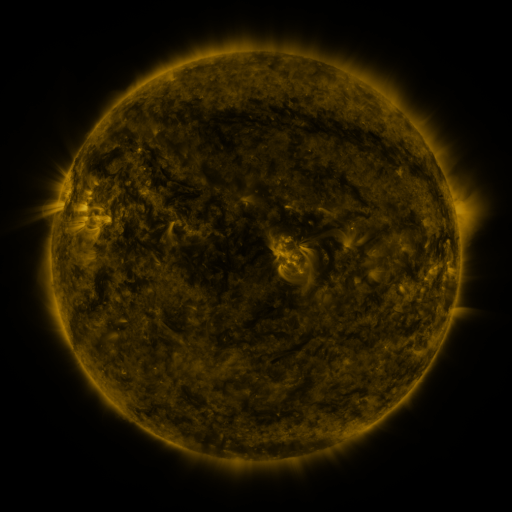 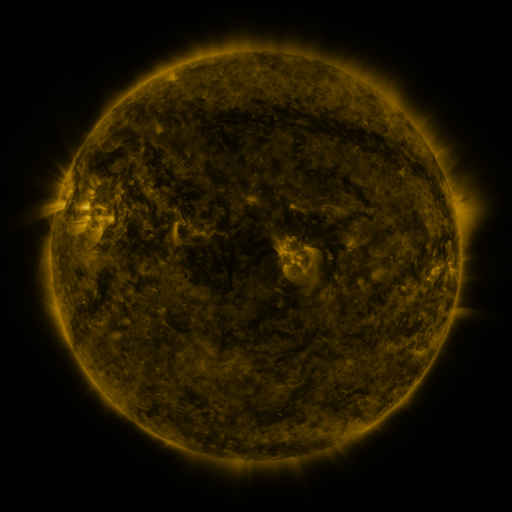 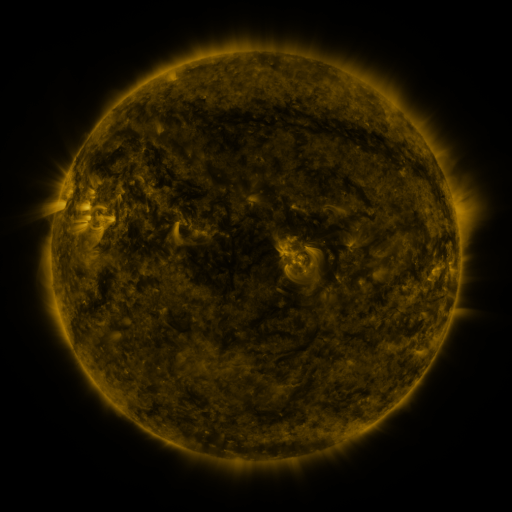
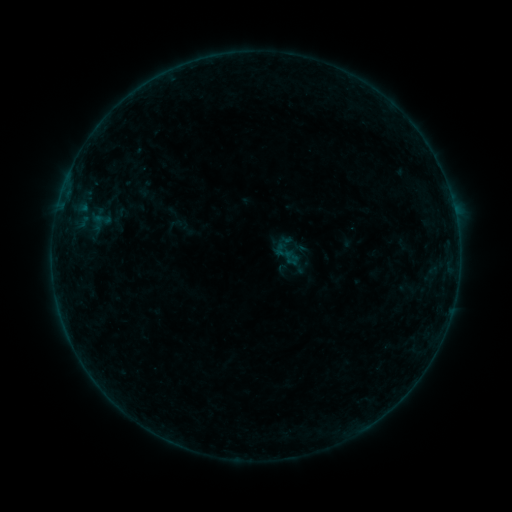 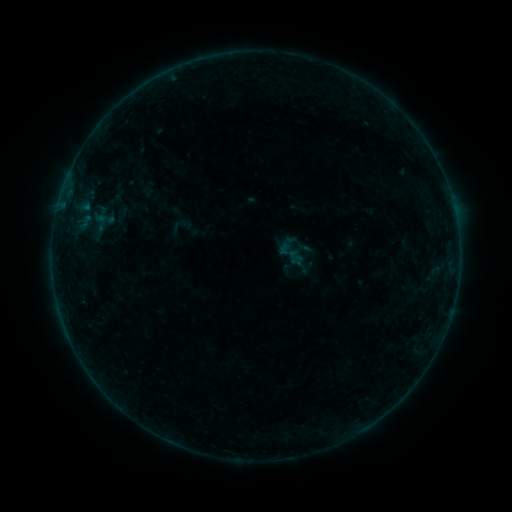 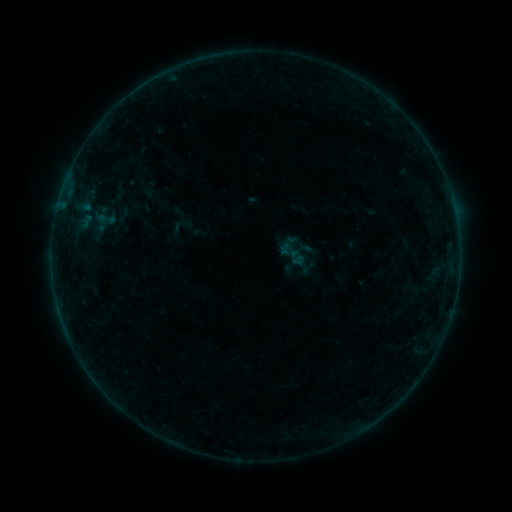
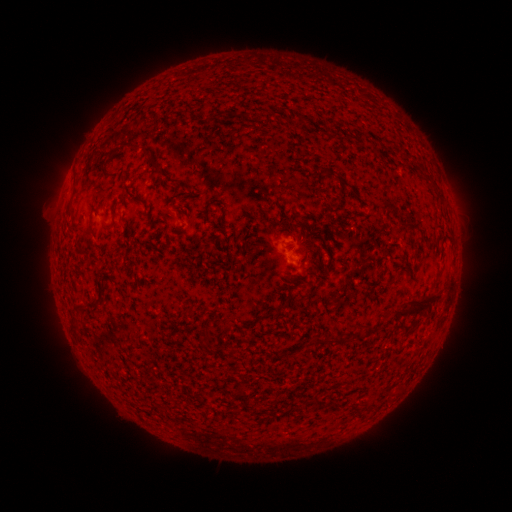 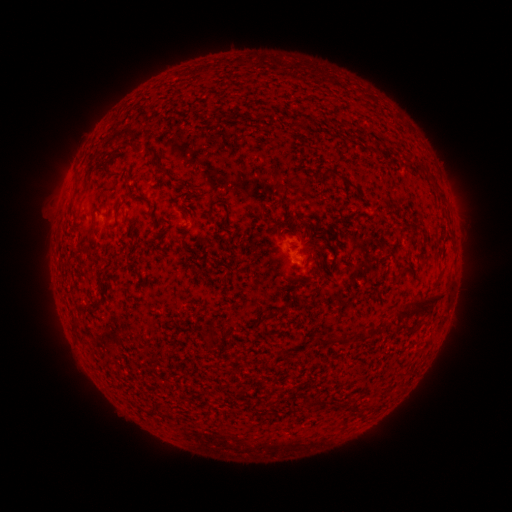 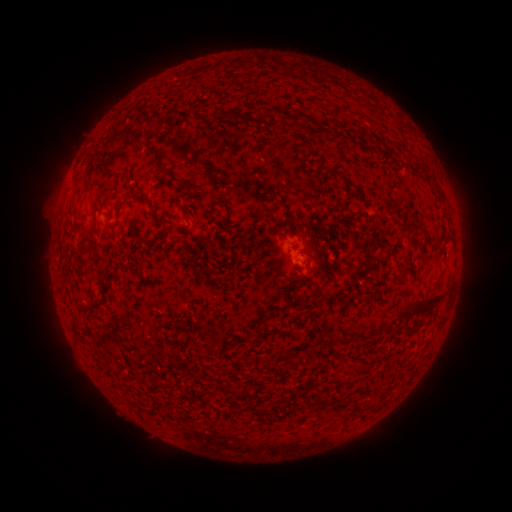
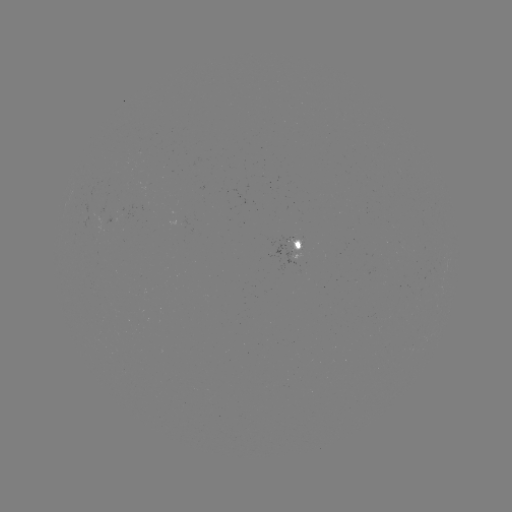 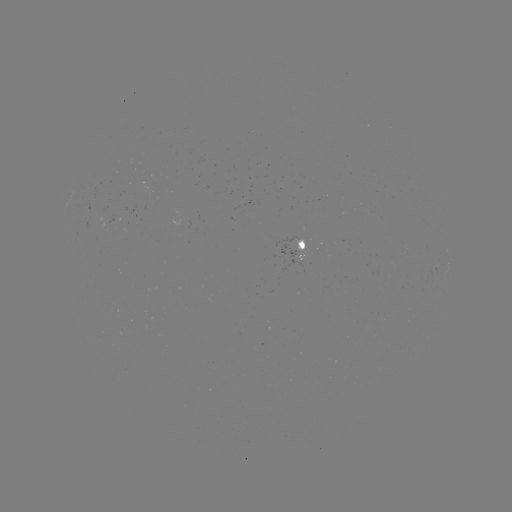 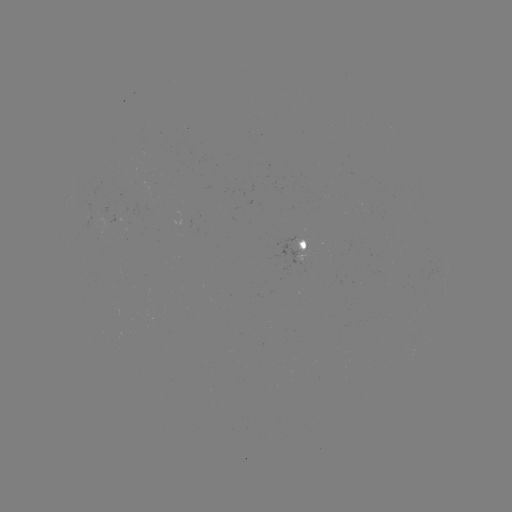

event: emerging-flux region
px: (88, 212)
